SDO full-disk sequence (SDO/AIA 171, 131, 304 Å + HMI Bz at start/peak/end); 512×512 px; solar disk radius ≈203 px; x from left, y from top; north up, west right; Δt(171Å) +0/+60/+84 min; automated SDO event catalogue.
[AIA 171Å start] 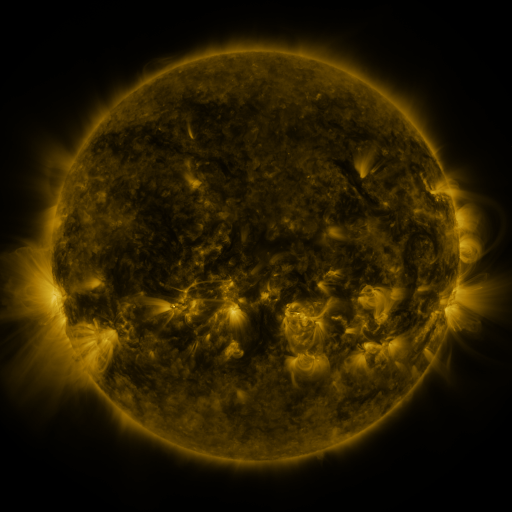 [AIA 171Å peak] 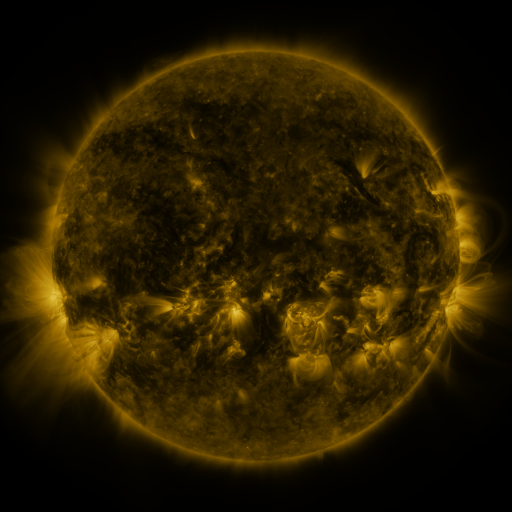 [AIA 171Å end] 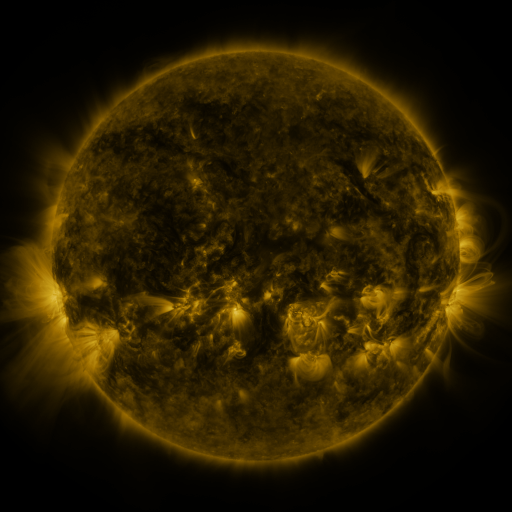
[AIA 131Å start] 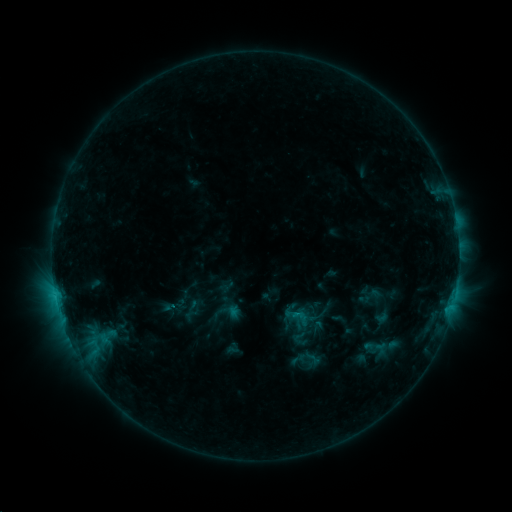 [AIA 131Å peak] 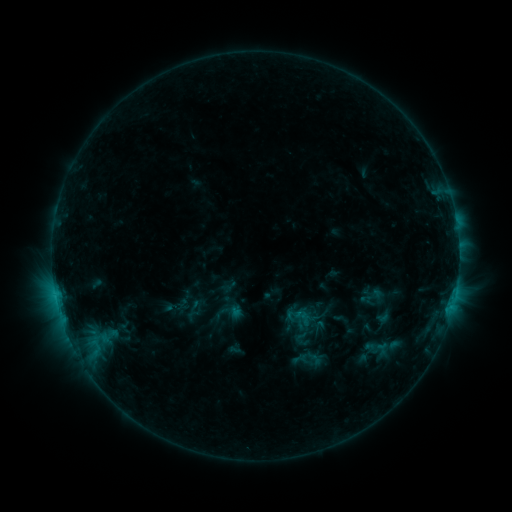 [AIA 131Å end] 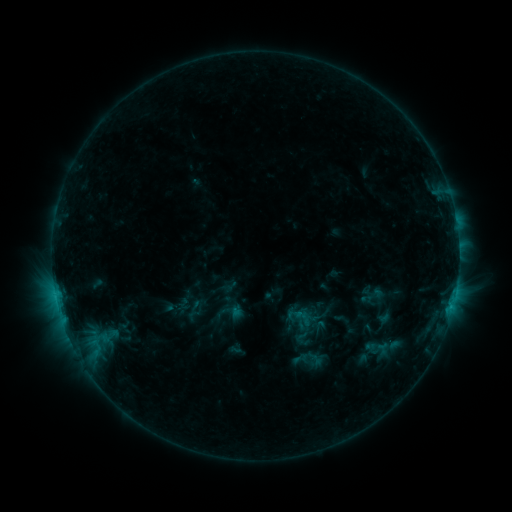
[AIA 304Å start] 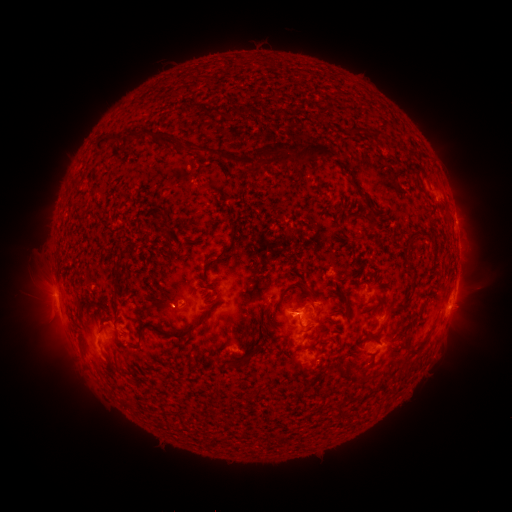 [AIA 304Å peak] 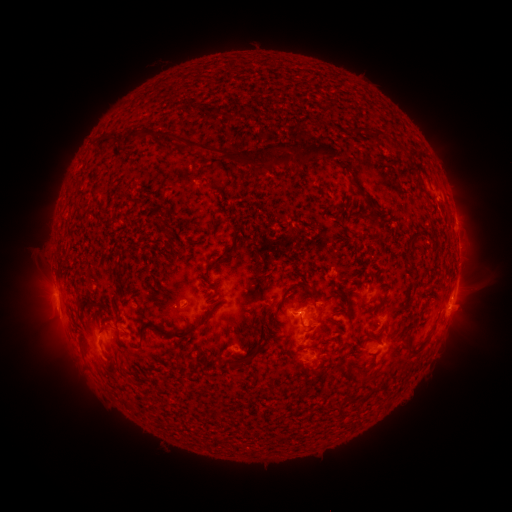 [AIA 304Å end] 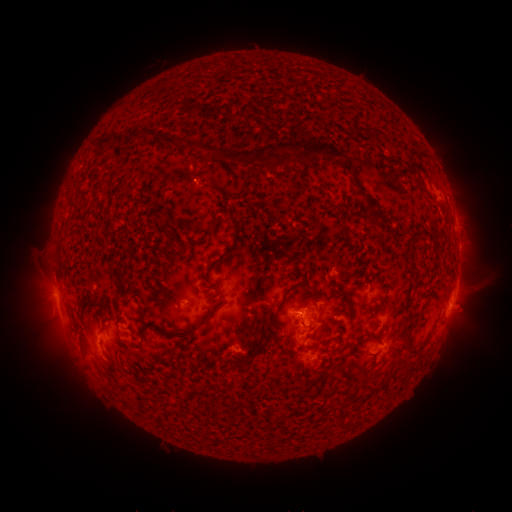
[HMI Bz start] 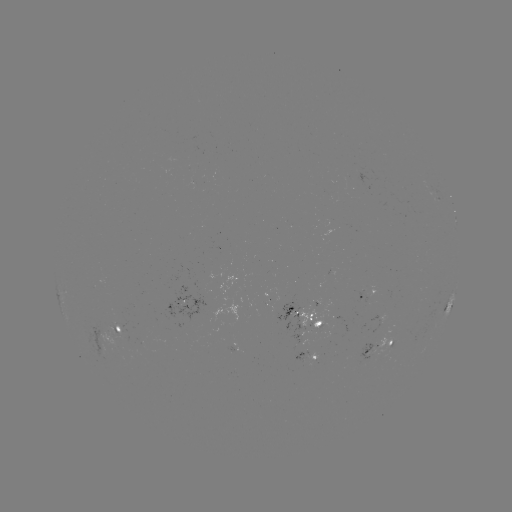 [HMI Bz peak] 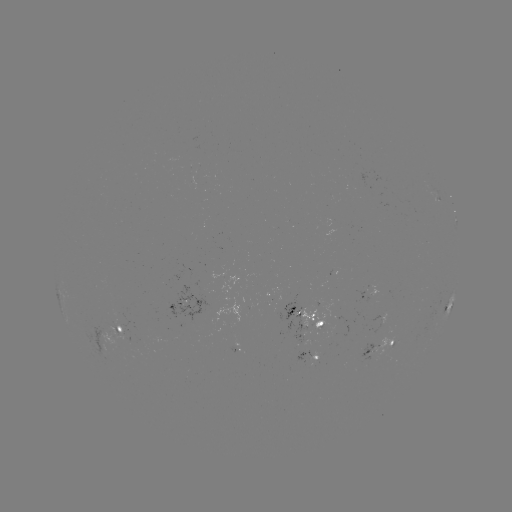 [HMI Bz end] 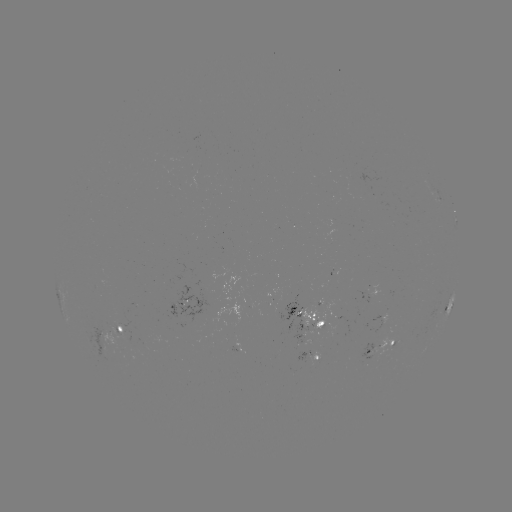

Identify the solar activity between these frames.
emerging-flux region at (125, 330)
